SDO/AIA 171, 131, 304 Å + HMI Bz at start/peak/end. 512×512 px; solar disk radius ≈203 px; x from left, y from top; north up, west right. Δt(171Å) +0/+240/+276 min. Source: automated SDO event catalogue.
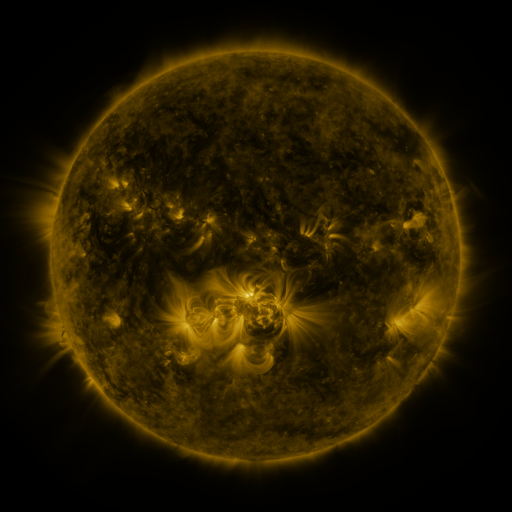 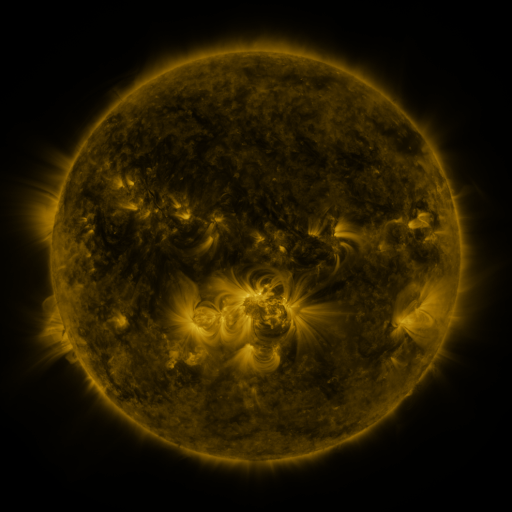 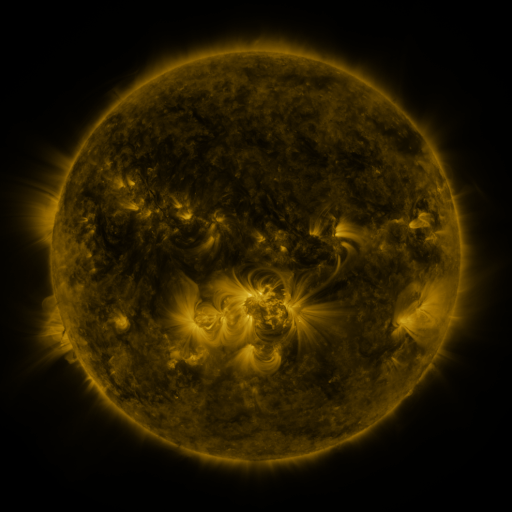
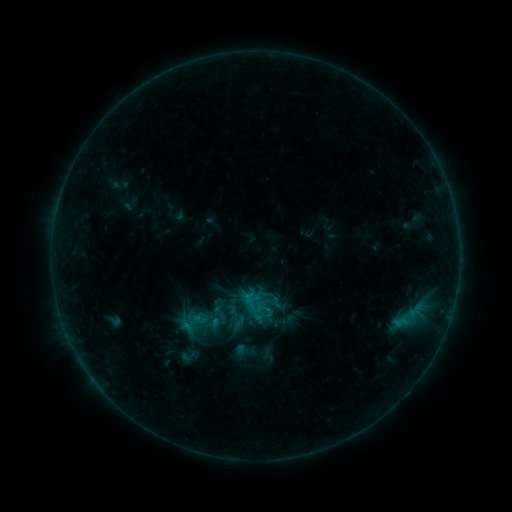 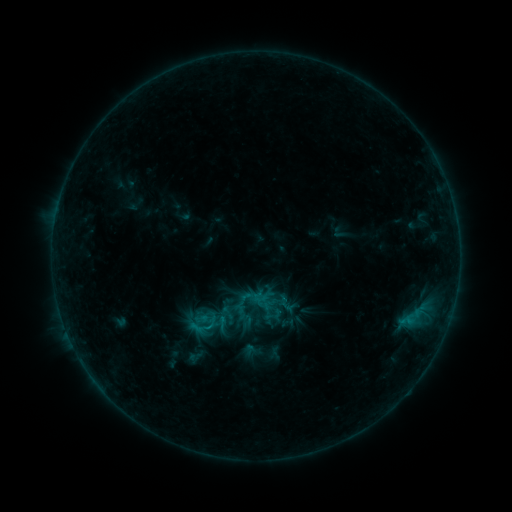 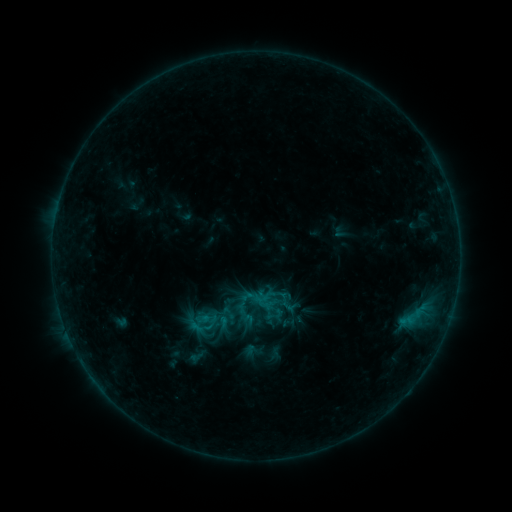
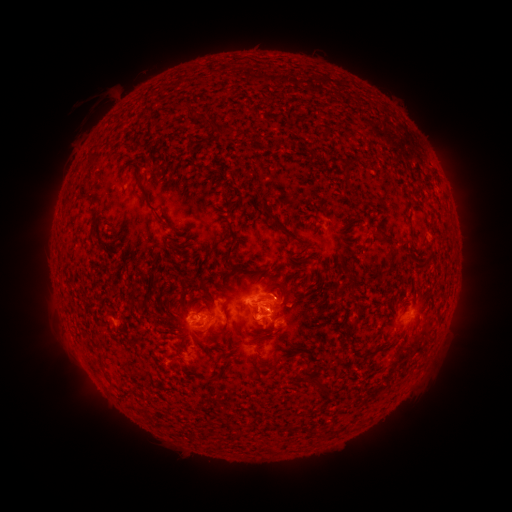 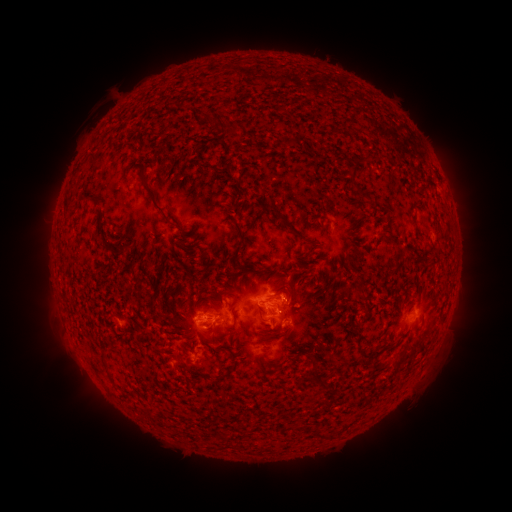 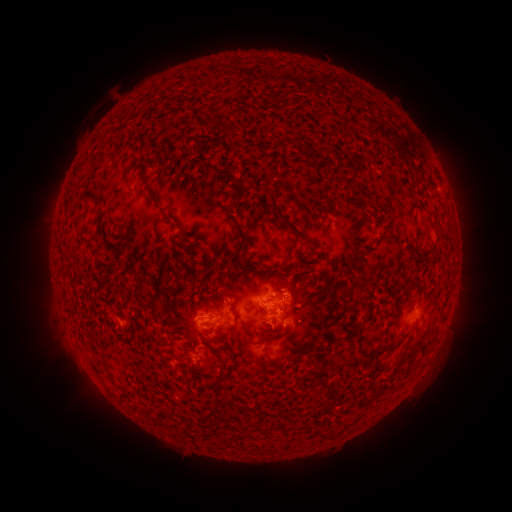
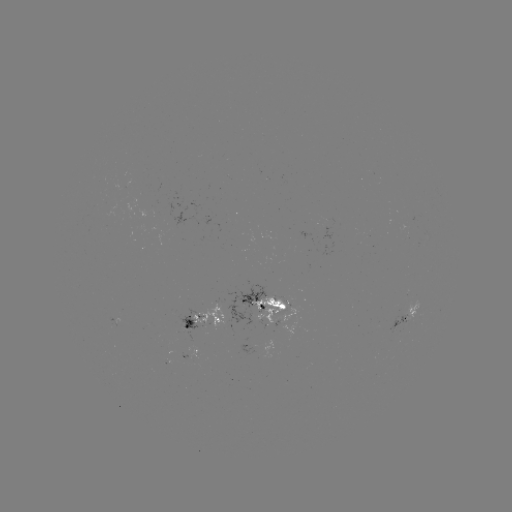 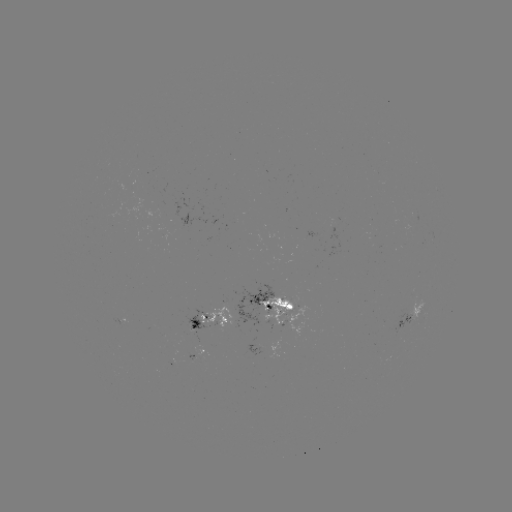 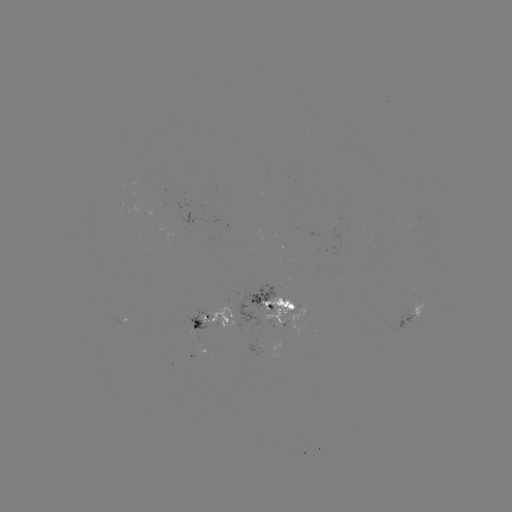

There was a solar emerging-flux region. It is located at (228, 320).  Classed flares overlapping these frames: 1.